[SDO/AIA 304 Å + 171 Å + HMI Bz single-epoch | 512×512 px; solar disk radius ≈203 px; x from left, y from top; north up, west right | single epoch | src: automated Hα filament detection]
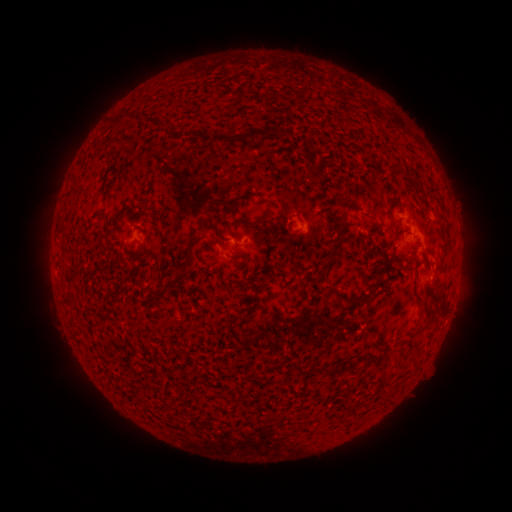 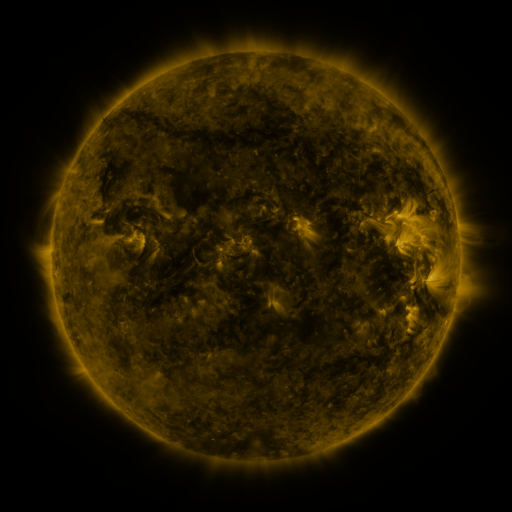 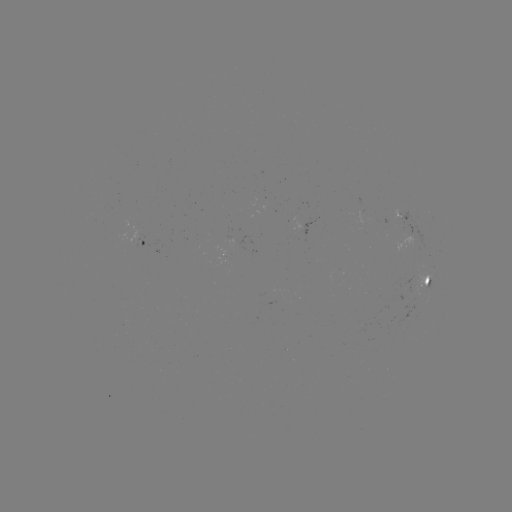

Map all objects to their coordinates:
filament: [110, 113, 126, 128]
filament: [272, 120, 282, 131]
filament: [208, 129, 261, 144]
filament: [425, 183, 438, 195]
filament: [230, 191, 253, 213]
filament: [254, 216, 266, 224]
filament: [337, 217, 349, 230]
filament: [321, 241, 341, 267]
filament: [189, 249, 198, 259]
filament: [153, 260, 196, 298]
filament: [412, 282, 419, 297]
filament: [352, 292, 369, 305]
filament: [419, 314, 432, 331]
filament: [323, 360, 348, 374]
filament: [295, 362, 312, 375]
